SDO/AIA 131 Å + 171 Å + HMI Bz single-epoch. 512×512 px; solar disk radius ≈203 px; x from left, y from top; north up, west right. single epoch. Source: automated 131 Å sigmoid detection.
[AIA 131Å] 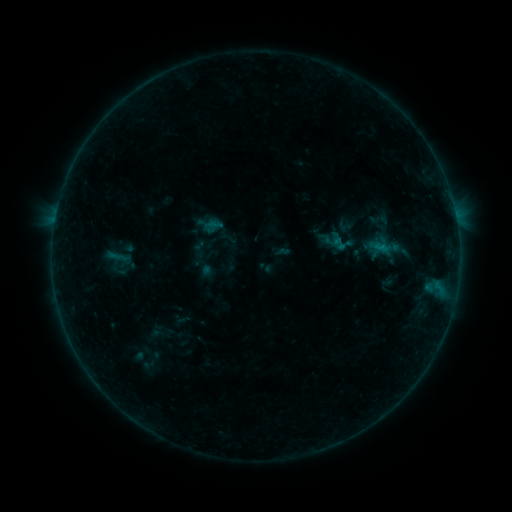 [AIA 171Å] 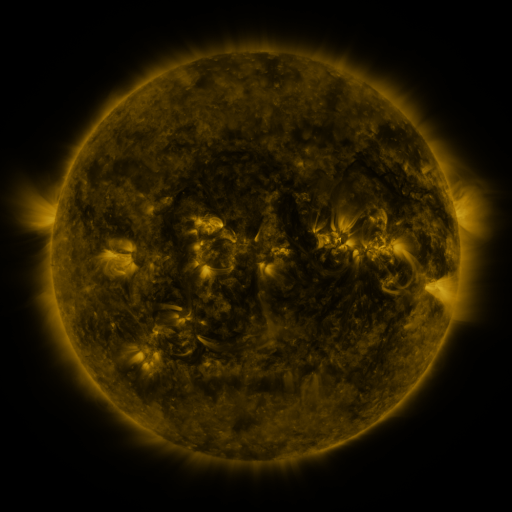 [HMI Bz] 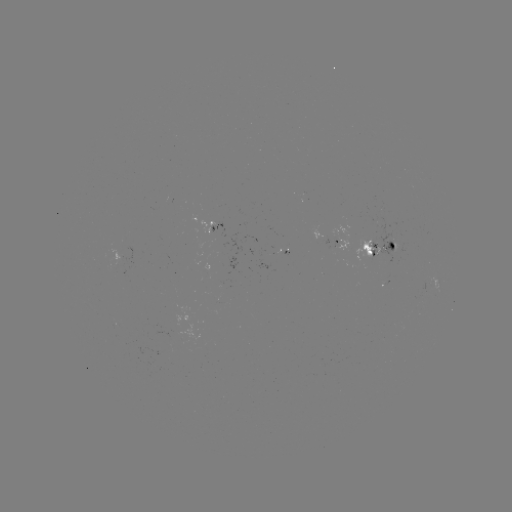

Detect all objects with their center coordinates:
sigmoid: <bbox>334, 218, 354, 235</bbox>
